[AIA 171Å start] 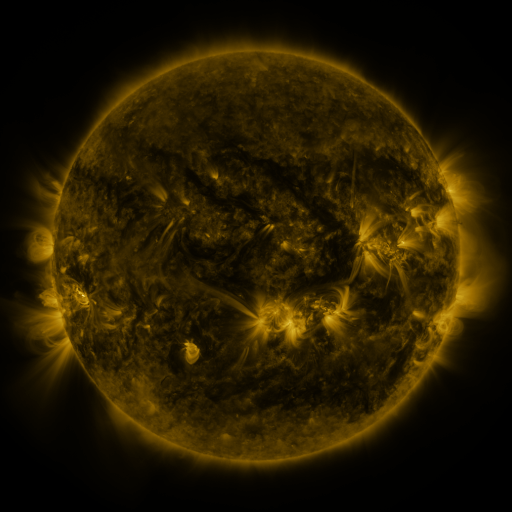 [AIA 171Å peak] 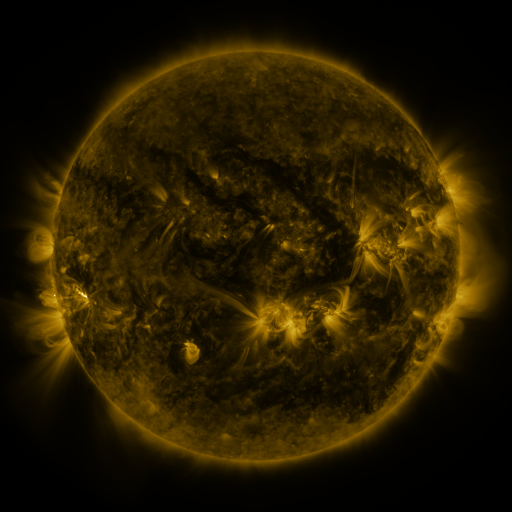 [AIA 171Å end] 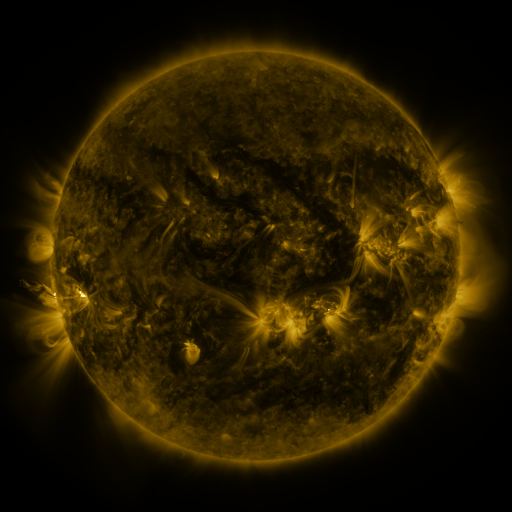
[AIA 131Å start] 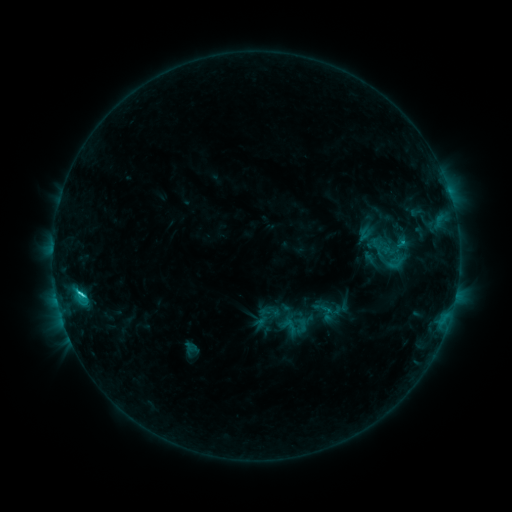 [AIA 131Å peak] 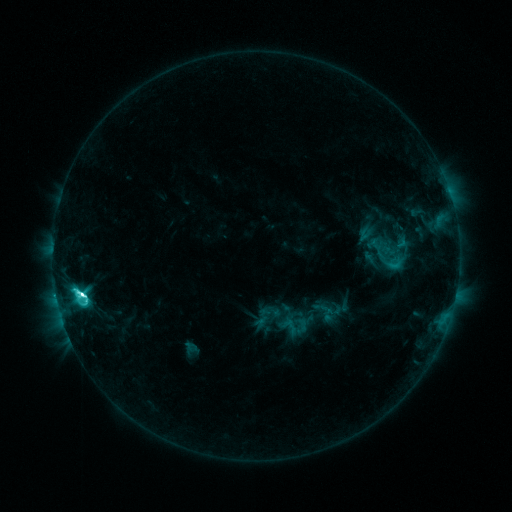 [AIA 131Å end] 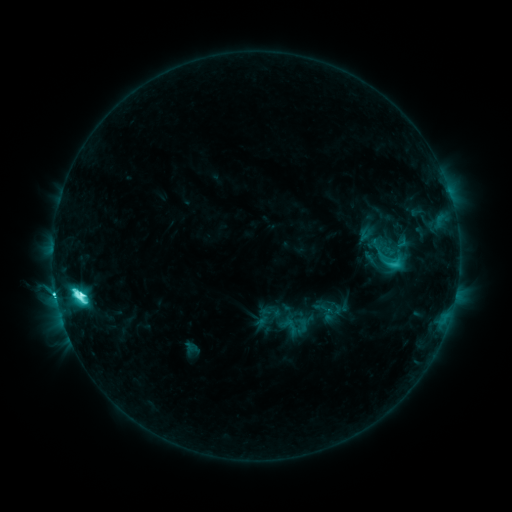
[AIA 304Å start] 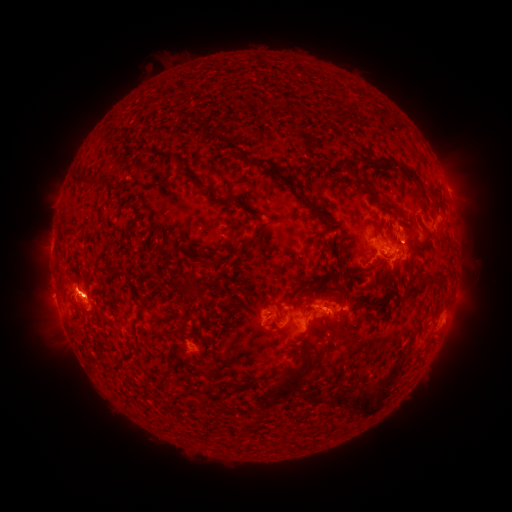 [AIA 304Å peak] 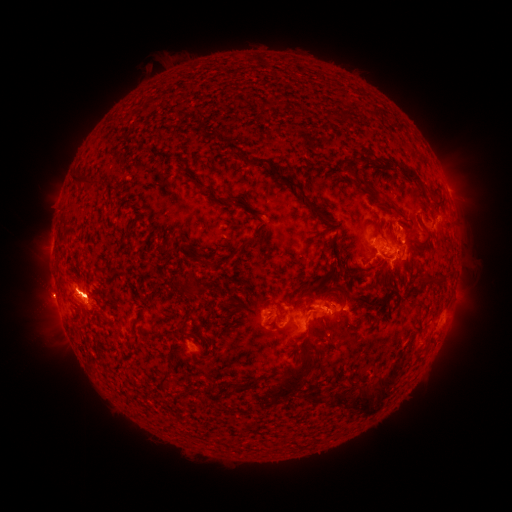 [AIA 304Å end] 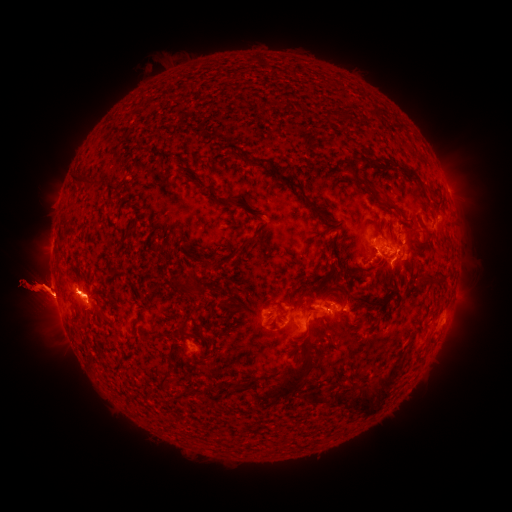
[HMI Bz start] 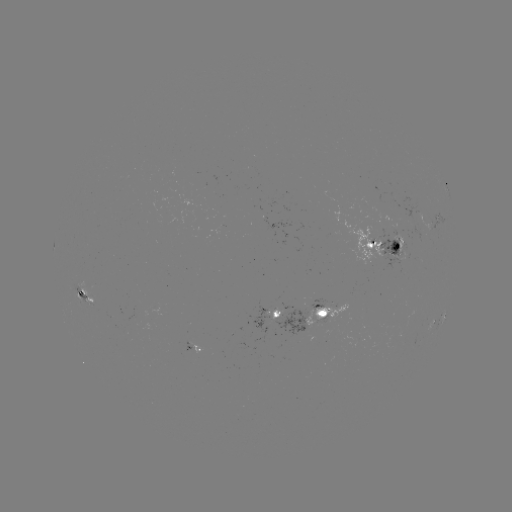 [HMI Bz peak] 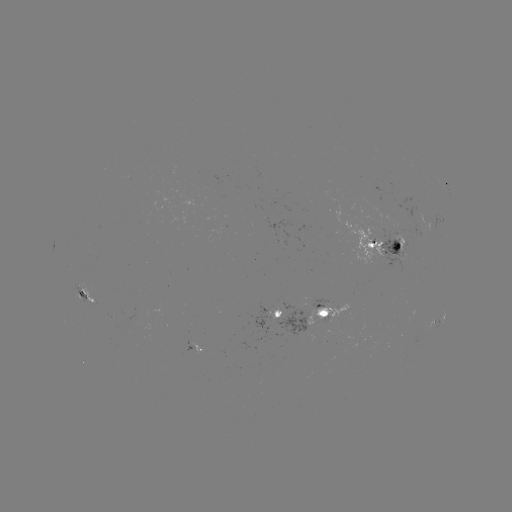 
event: flare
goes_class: M2.3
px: (83, 293)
